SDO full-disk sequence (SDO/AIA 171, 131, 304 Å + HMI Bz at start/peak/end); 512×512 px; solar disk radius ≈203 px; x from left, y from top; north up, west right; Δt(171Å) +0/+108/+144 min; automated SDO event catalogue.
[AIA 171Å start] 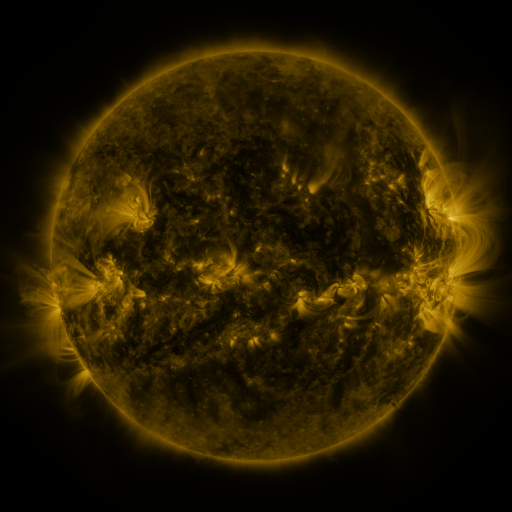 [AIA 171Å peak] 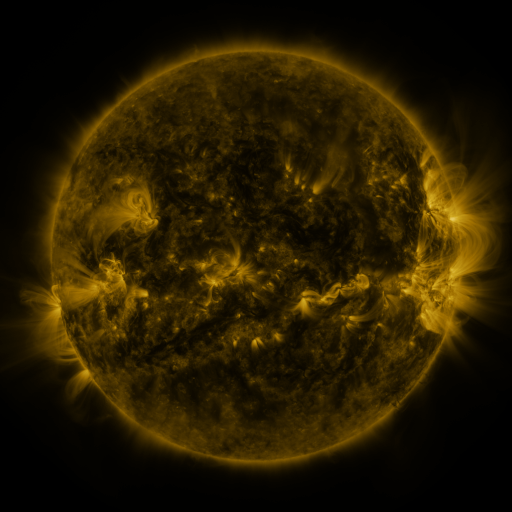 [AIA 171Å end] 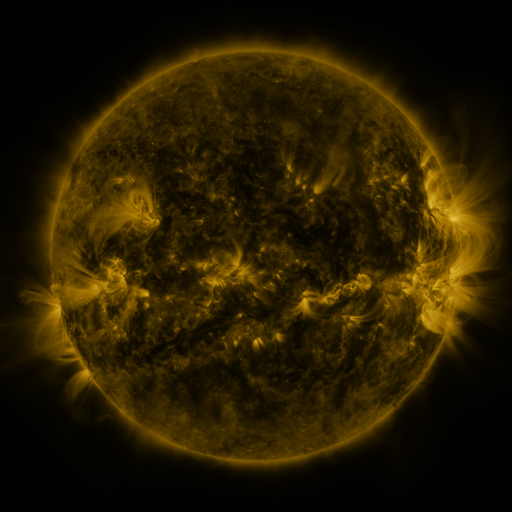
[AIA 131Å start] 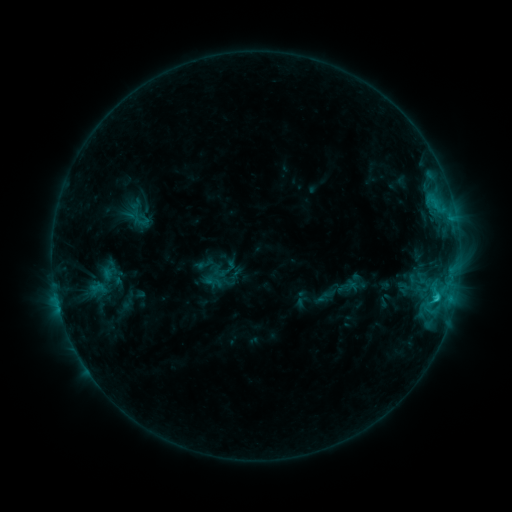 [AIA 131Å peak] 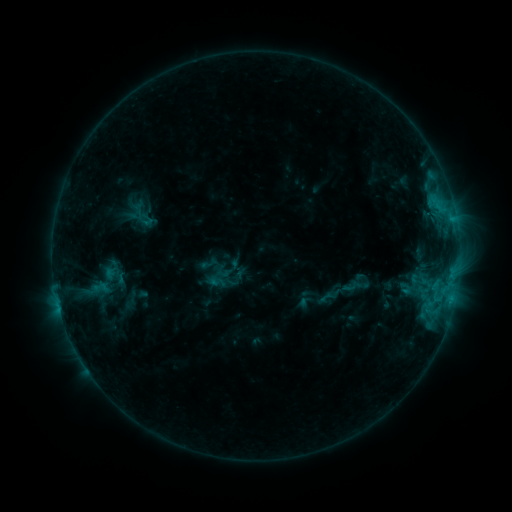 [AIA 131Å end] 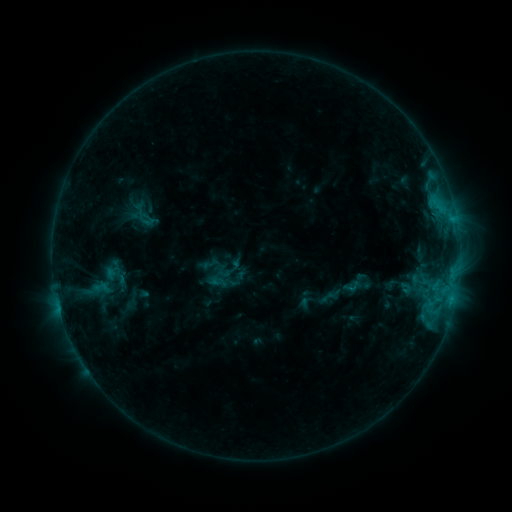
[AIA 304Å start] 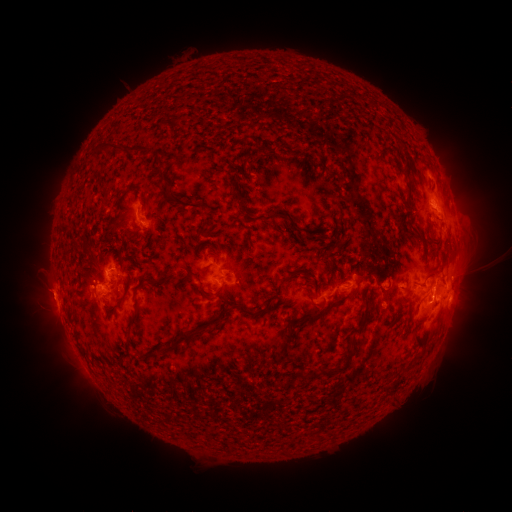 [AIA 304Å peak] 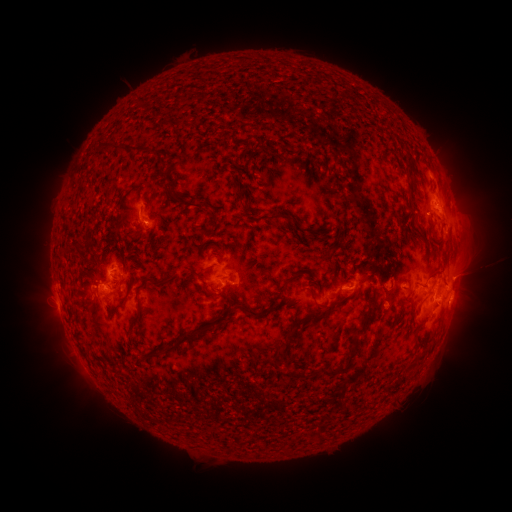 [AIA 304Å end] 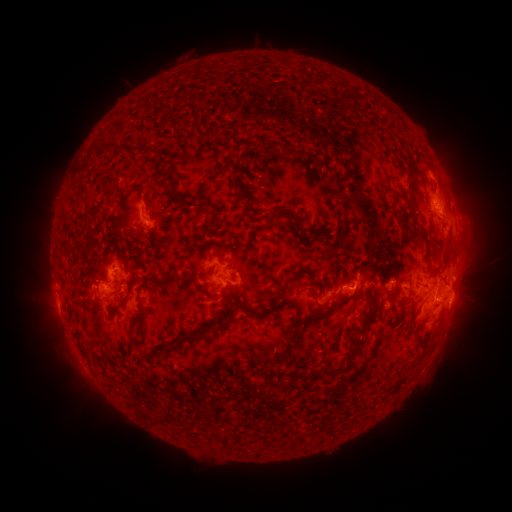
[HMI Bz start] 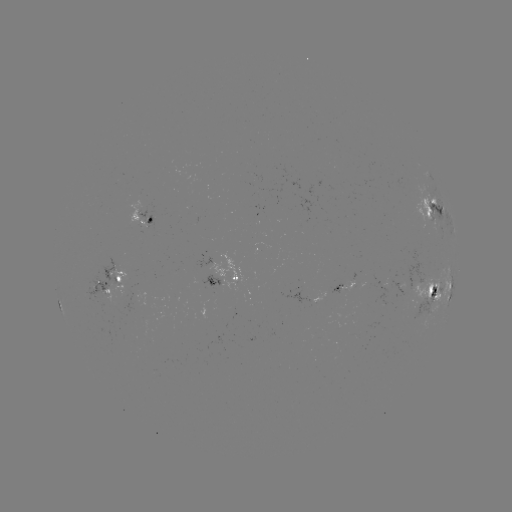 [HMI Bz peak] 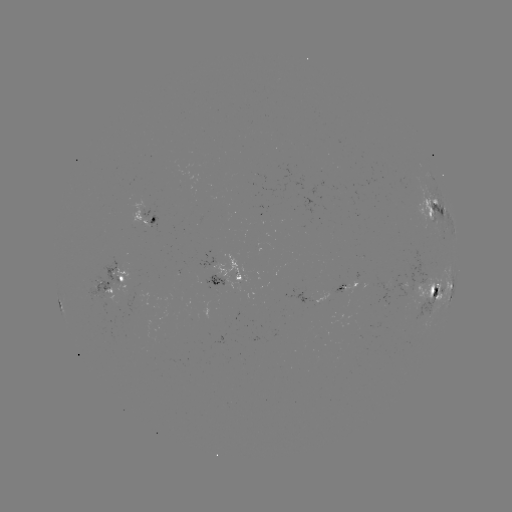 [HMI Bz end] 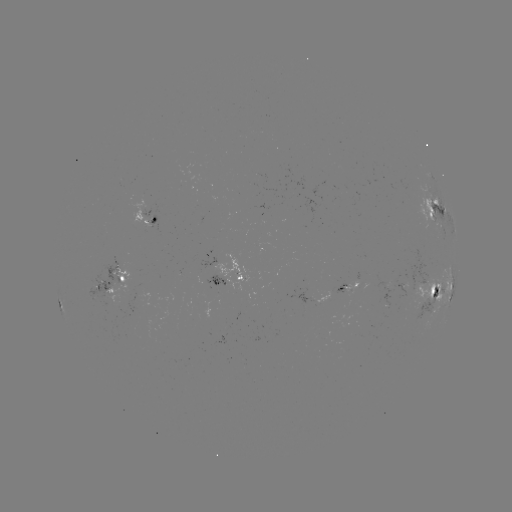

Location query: emerging-flux region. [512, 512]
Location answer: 412,277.